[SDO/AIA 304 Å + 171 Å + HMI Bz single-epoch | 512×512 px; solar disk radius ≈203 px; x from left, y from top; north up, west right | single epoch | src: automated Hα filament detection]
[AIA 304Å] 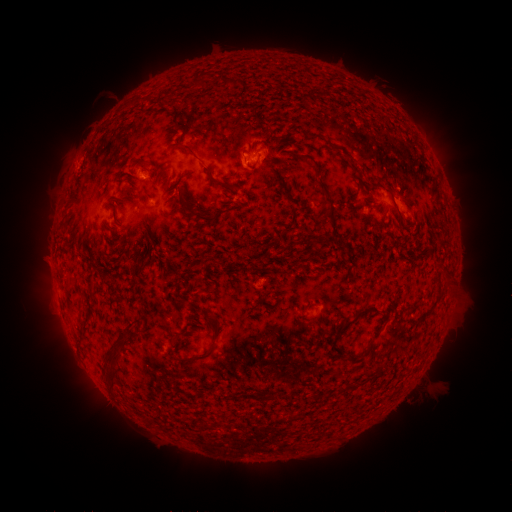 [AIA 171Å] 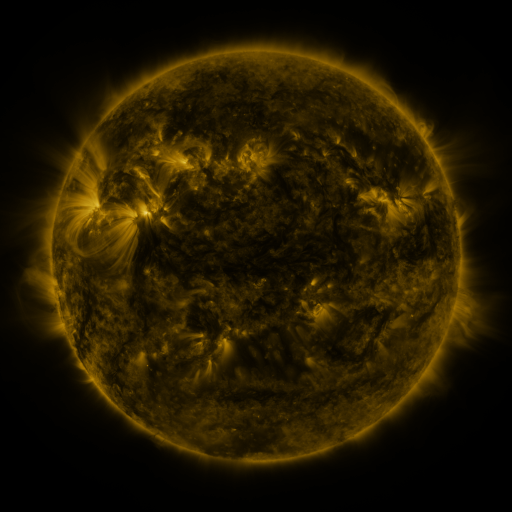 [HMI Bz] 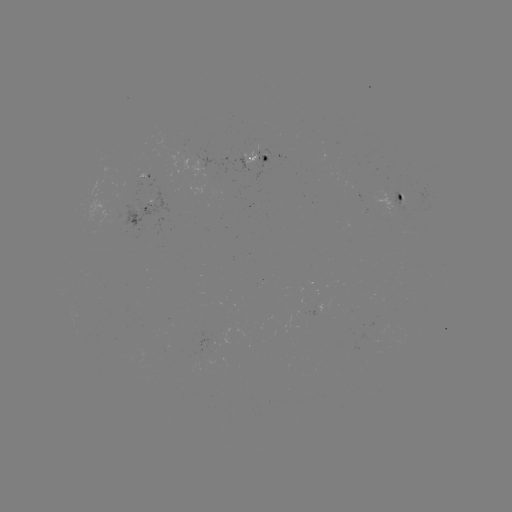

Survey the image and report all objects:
filament: (192, 73, 203, 85)
filament: (215, 75, 225, 82)
filament: (232, 78, 242, 87)
filament: (253, 109, 271, 129)
filament: (182, 143, 231, 189)
filament: (295, 153, 316, 164)
filament: (317, 176, 337, 230)
filament: (177, 189, 189, 214)
filament: (192, 209, 218, 223)
filament: (209, 255, 218, 265)
filament: (344, 306, 379, 327)
filament: (205, 312, 217, 328)
filament: (351, 325, 382, 364)
filament: (114, 329, 128, 345)
filament: (180, 348, 214, 362)
filament: (107, 350, 119, 363)
filament: (105, 368, 117, 388)
